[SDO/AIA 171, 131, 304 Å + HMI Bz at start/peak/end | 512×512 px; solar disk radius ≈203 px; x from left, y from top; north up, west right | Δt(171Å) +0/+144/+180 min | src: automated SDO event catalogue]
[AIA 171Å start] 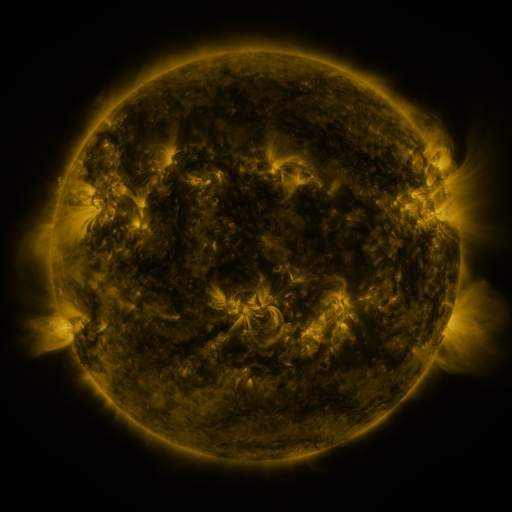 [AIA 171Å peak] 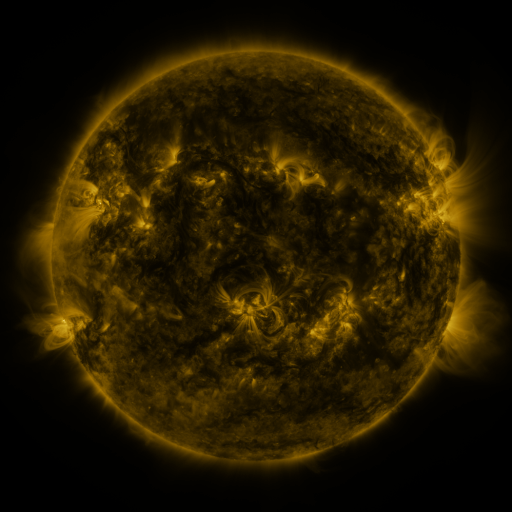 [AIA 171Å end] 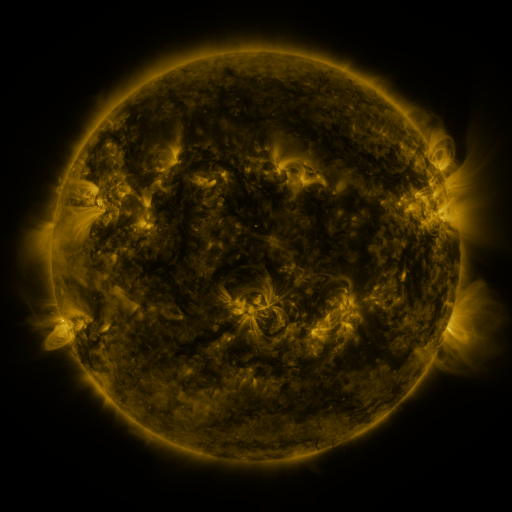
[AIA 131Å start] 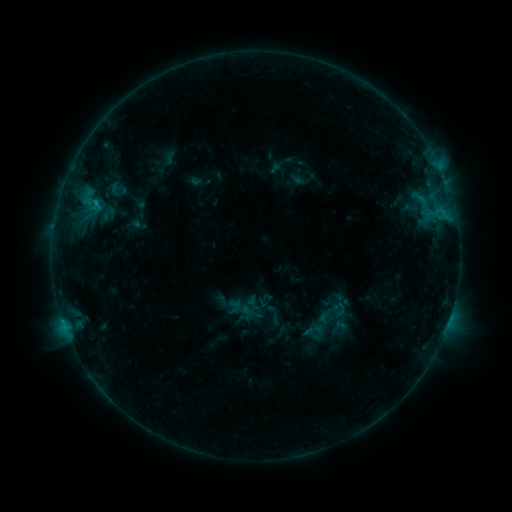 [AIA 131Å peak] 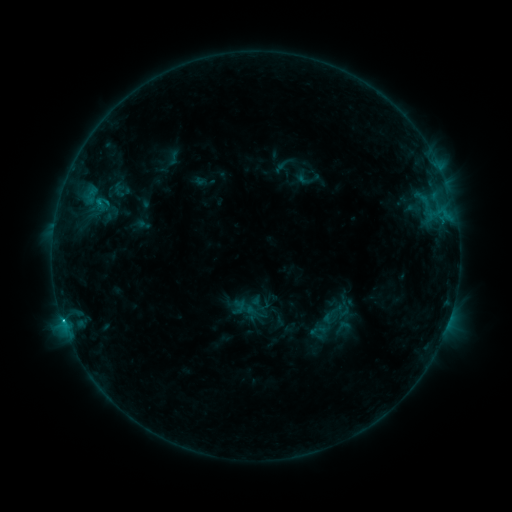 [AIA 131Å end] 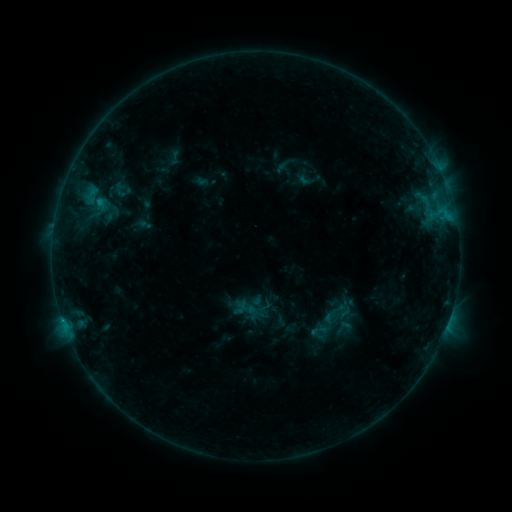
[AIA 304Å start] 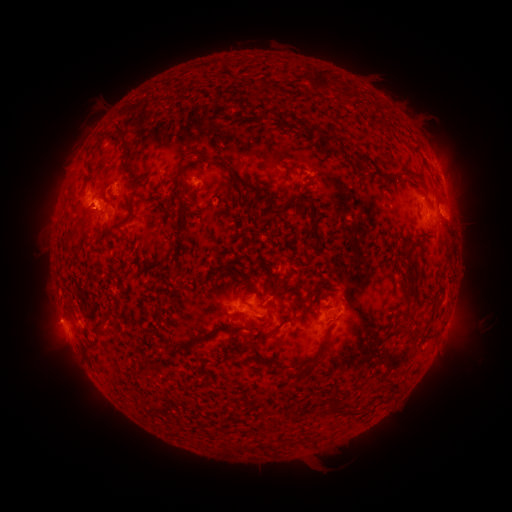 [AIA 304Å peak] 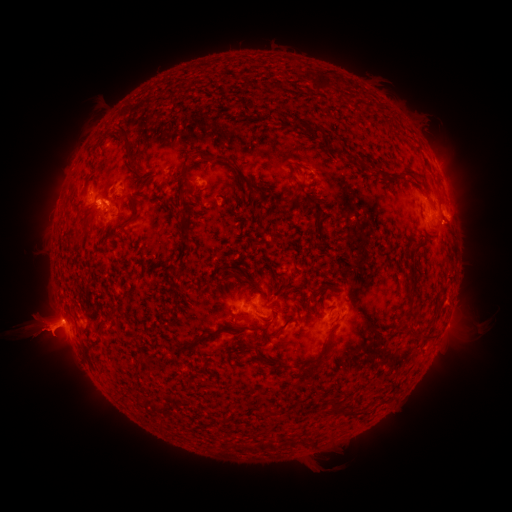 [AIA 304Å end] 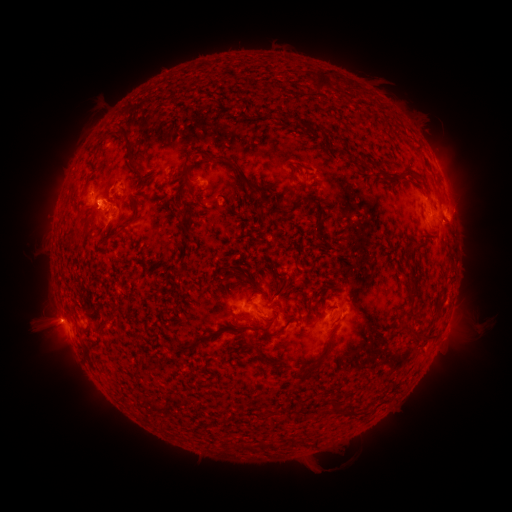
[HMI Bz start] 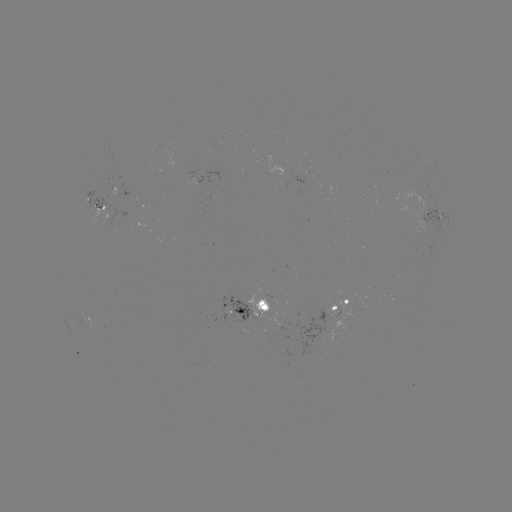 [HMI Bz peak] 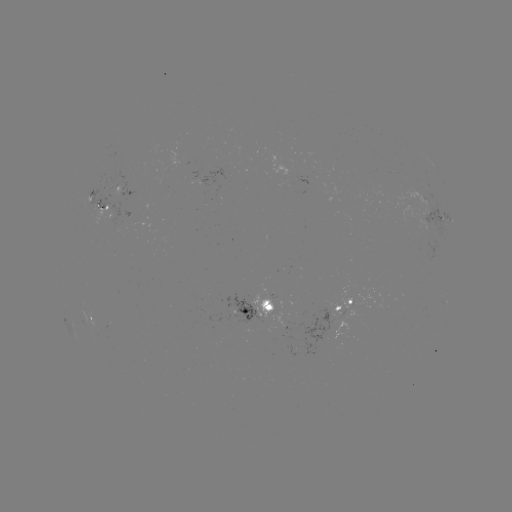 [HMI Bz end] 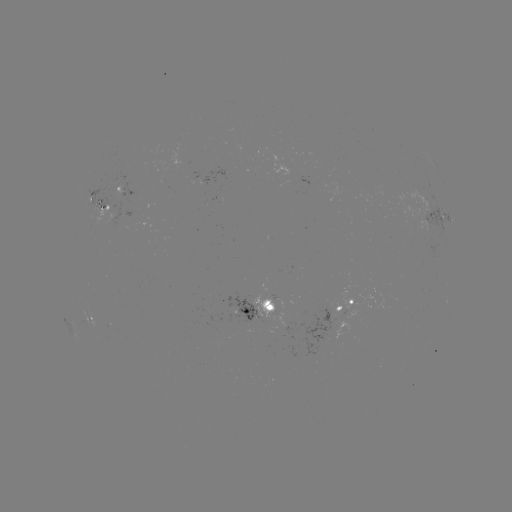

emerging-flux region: <bbox>288, 302, 304, 316</bbox>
